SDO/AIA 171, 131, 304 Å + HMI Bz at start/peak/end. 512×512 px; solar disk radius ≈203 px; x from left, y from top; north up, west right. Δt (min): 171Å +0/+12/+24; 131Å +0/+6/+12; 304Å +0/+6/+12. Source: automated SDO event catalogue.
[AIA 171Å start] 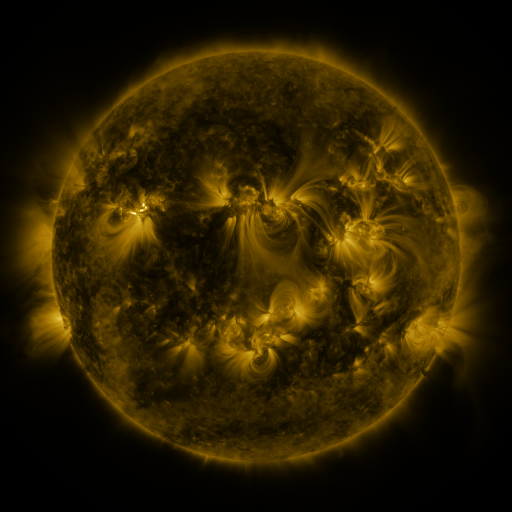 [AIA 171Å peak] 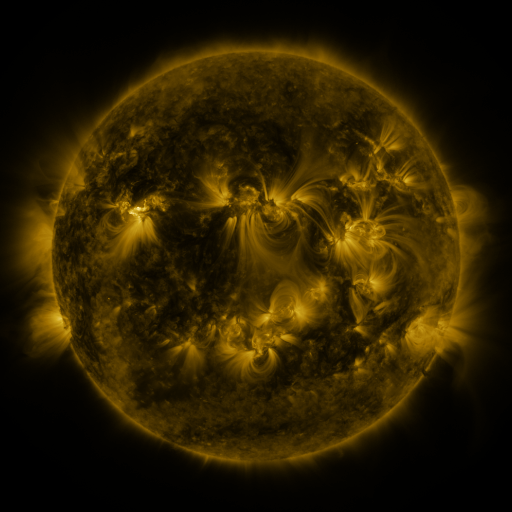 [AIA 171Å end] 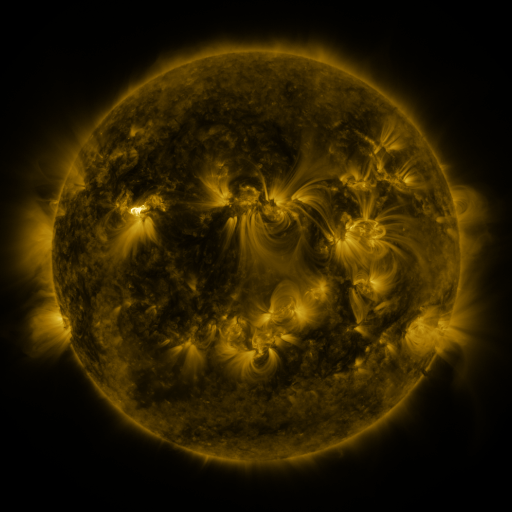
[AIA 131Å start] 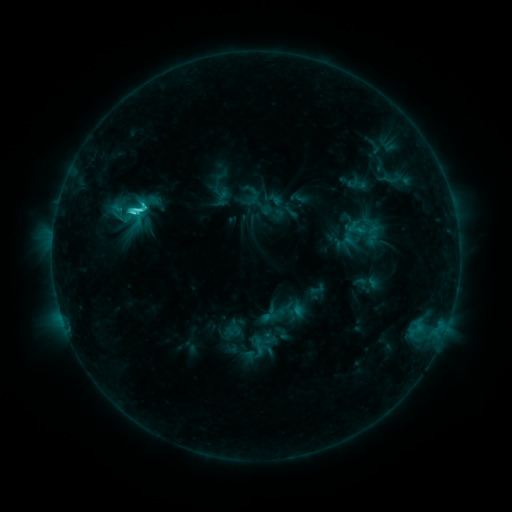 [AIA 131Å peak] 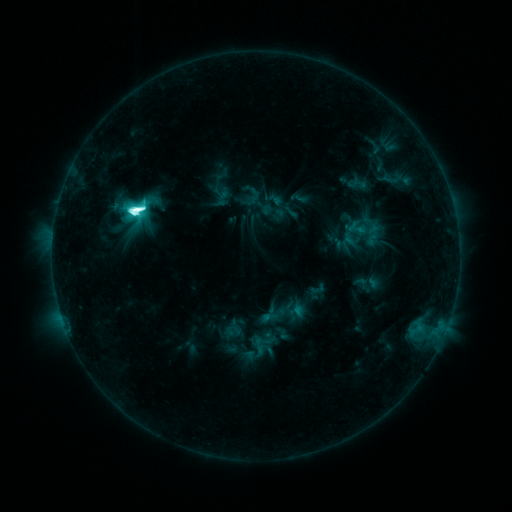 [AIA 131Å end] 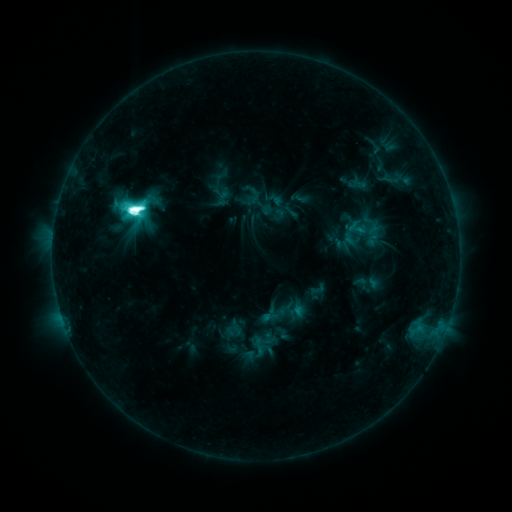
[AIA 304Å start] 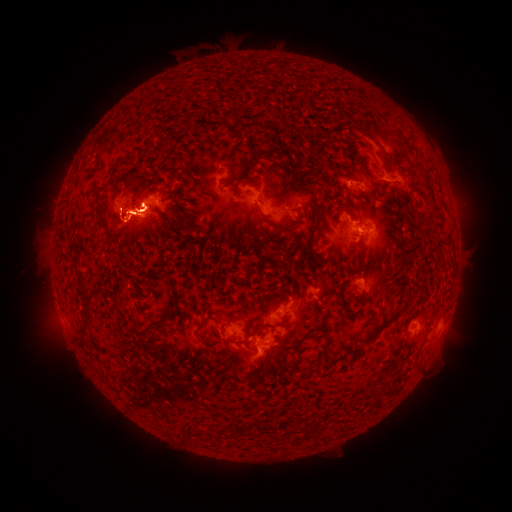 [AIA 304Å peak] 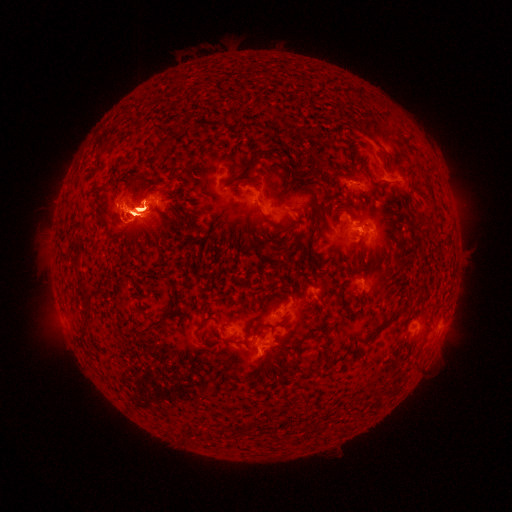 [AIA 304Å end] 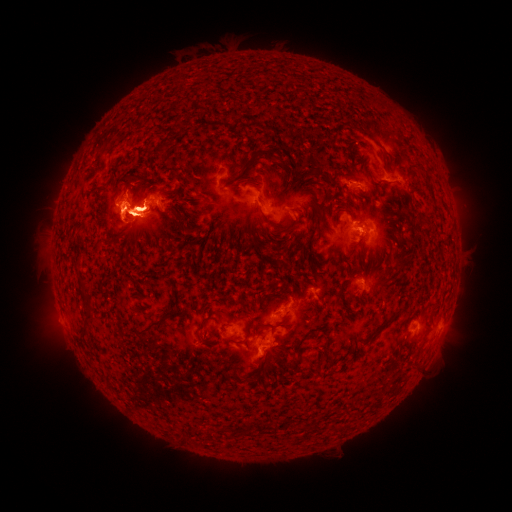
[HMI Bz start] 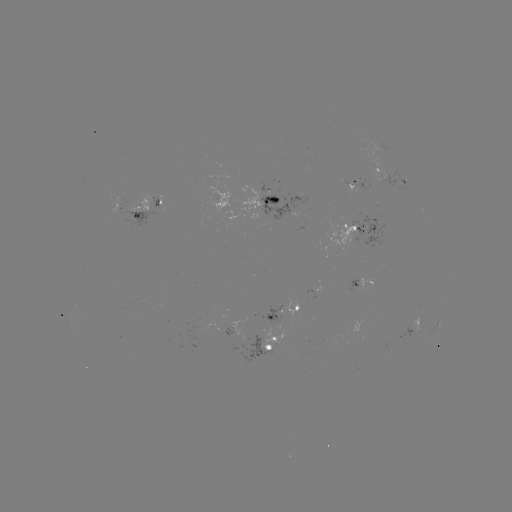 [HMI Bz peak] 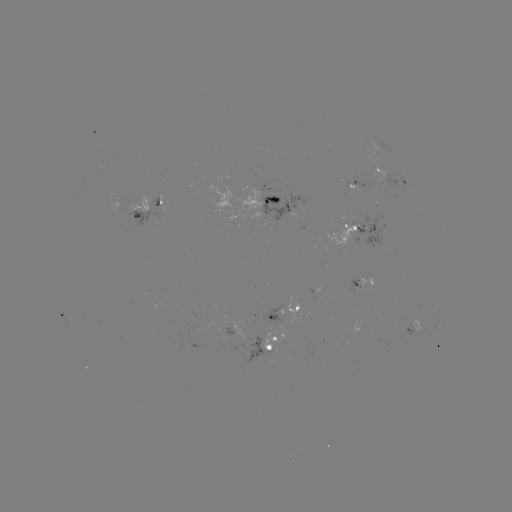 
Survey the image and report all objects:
eruption: (438, 186)
